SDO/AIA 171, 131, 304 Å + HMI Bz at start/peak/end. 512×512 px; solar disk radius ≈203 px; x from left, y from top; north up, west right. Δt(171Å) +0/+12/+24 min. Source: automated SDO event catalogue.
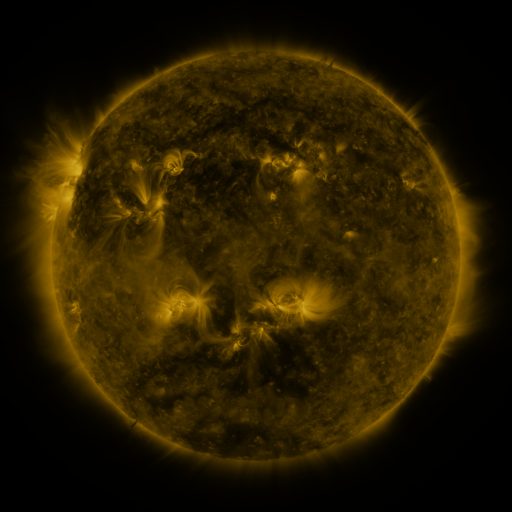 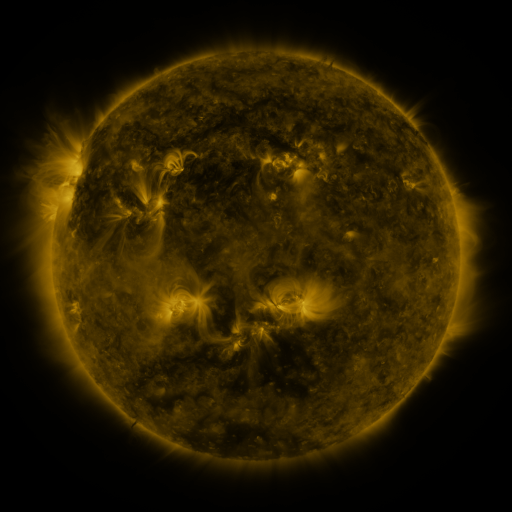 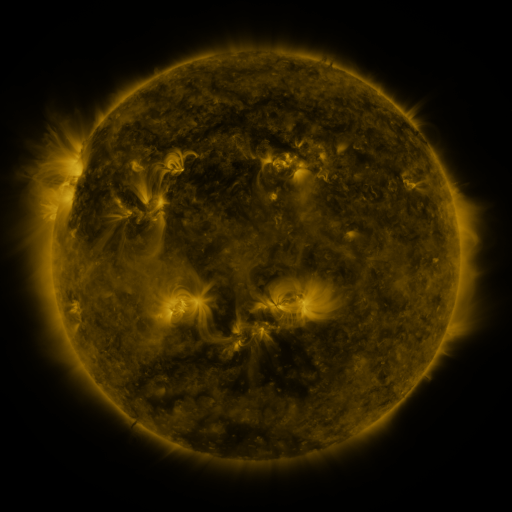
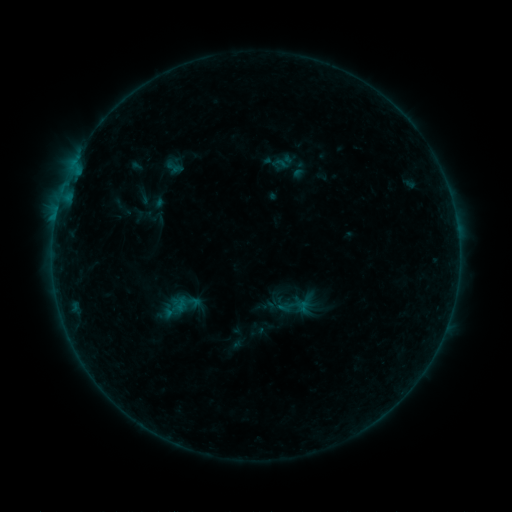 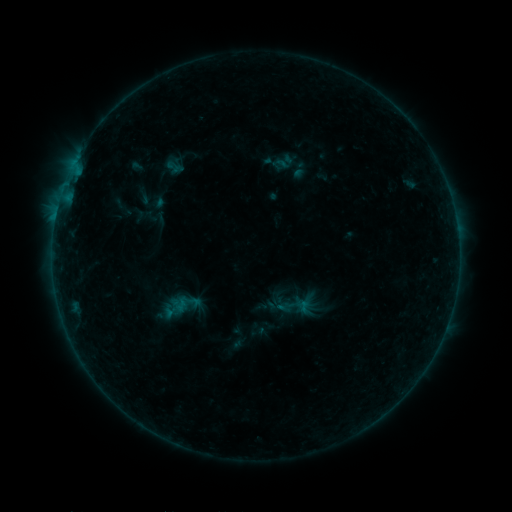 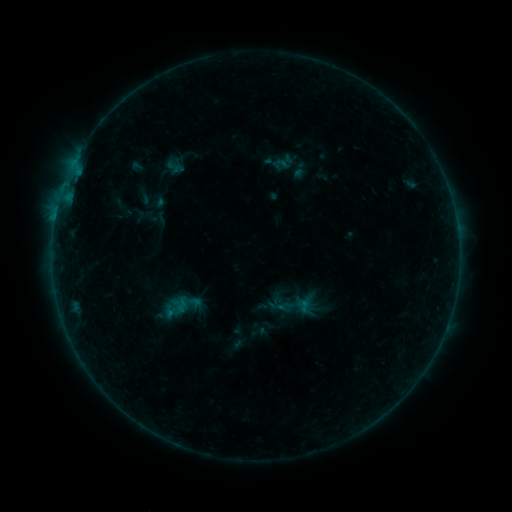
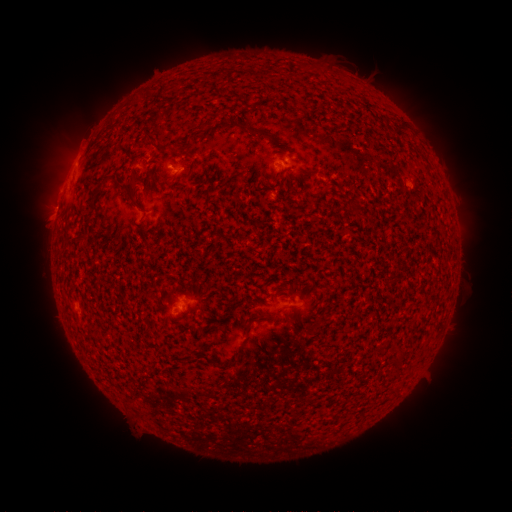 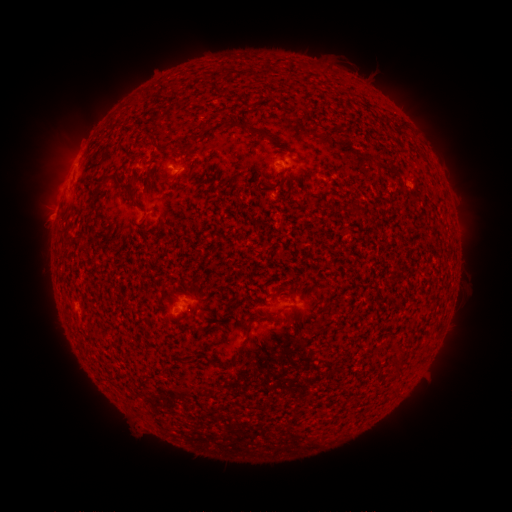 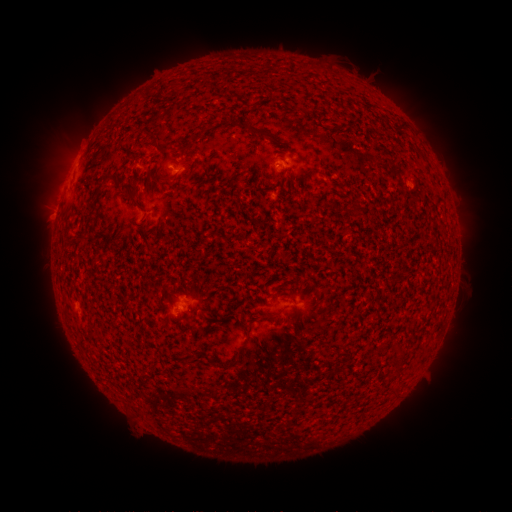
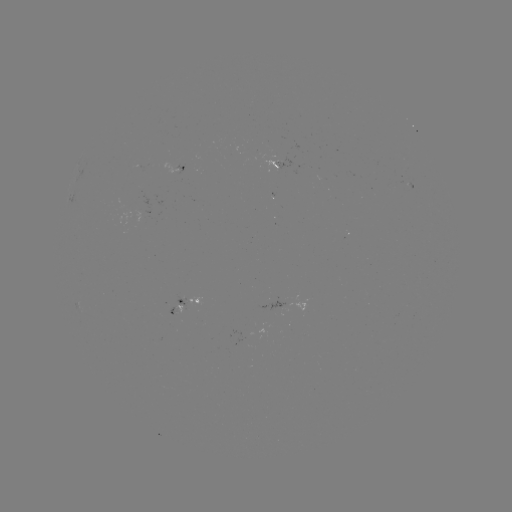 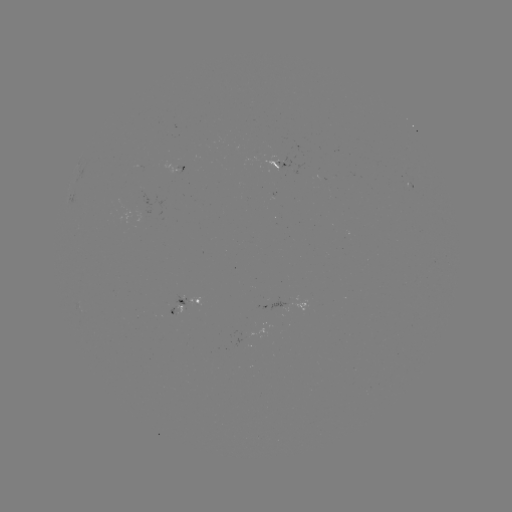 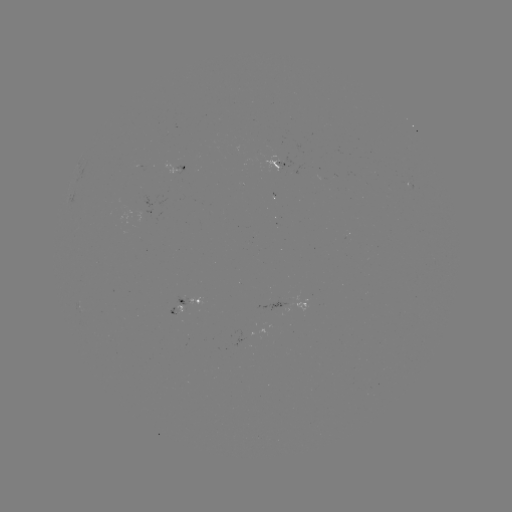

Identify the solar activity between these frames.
no classed flare was catalogued and no EUV brightening was flagged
